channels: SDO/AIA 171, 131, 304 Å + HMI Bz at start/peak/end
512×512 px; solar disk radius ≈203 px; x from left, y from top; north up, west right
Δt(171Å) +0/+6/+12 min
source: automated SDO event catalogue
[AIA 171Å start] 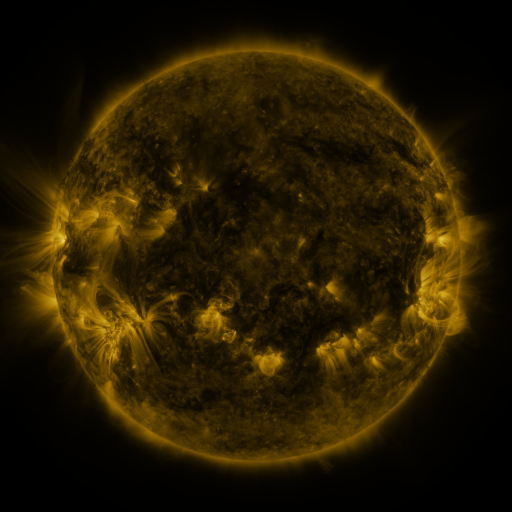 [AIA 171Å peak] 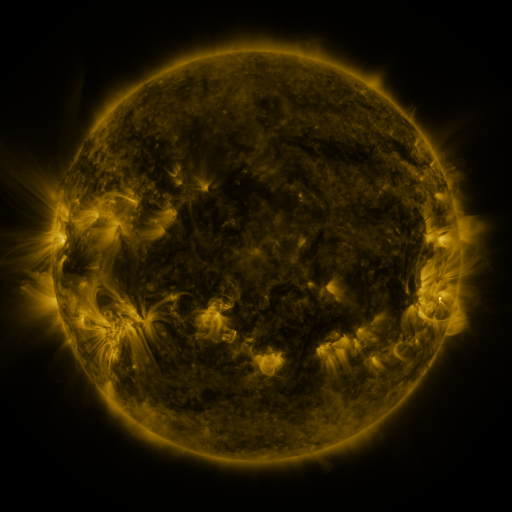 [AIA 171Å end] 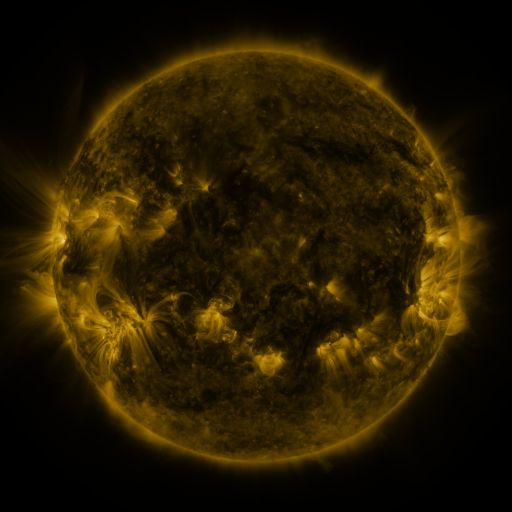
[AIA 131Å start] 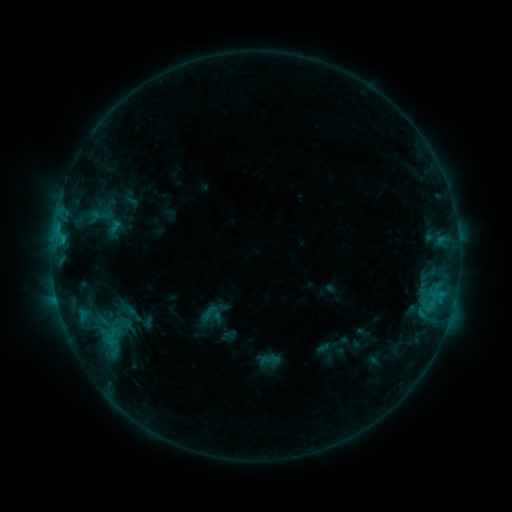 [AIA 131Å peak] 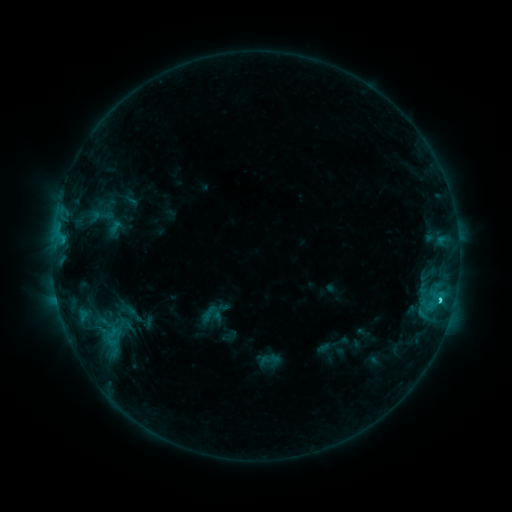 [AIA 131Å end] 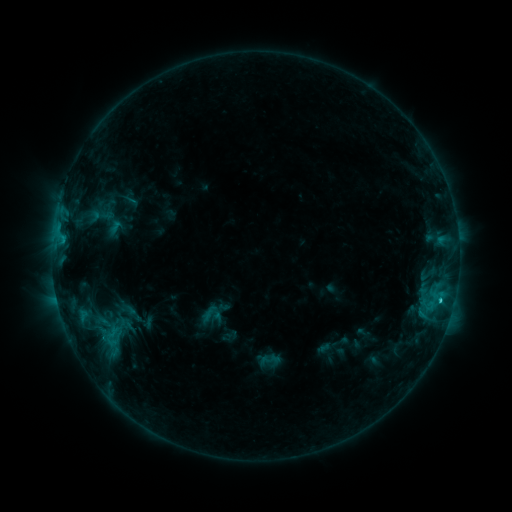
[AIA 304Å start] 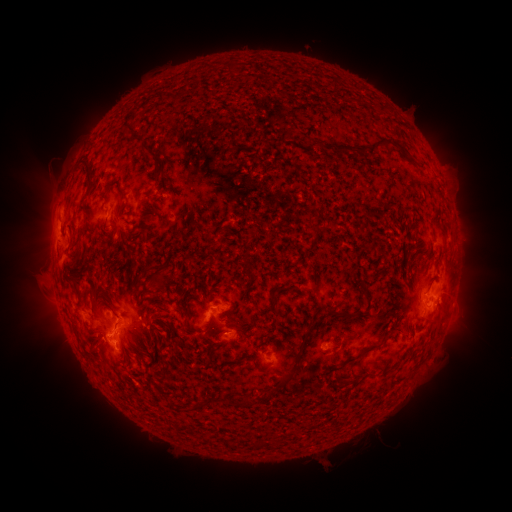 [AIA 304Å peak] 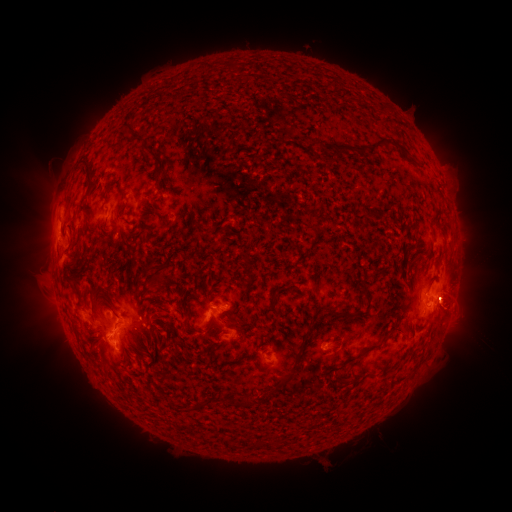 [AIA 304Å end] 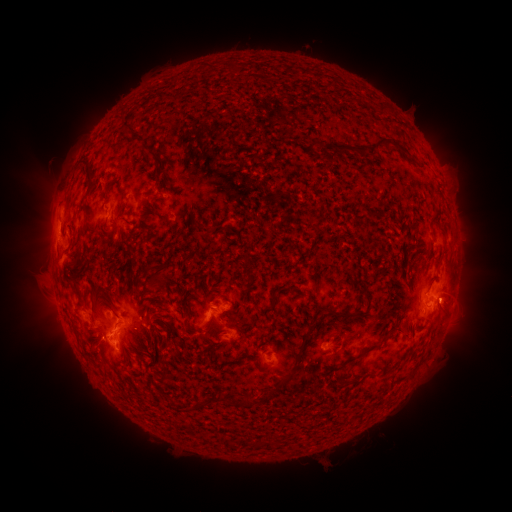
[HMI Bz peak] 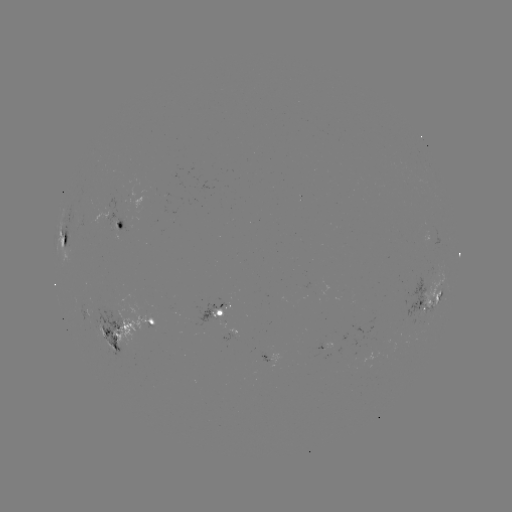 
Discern C2.4 flare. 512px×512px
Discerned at [439, 298].